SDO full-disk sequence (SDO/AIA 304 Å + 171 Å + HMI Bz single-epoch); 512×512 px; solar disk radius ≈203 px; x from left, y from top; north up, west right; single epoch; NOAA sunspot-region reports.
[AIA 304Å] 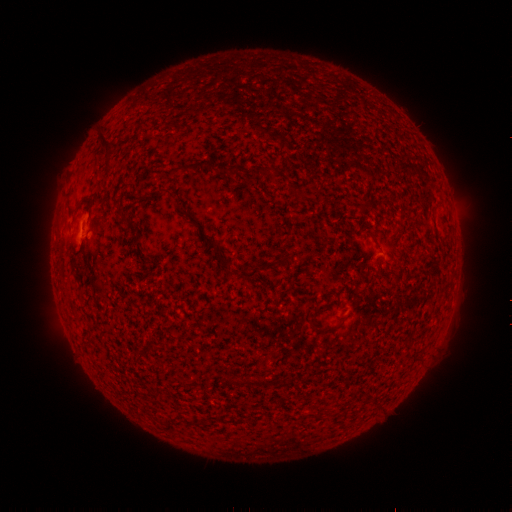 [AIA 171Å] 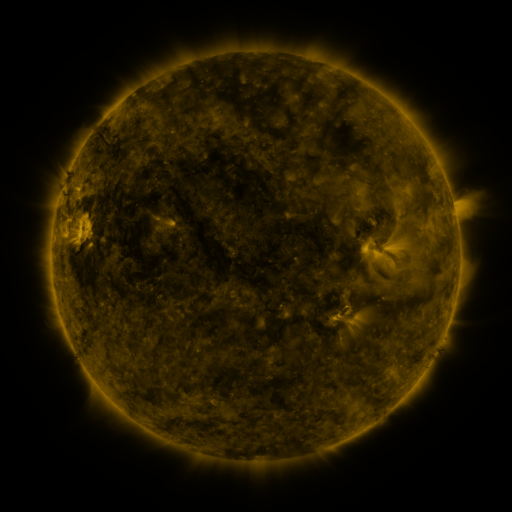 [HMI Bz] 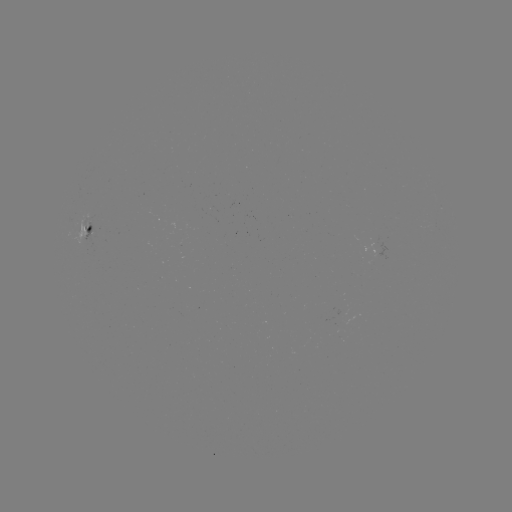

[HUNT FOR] spotted active region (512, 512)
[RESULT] [89, 227]